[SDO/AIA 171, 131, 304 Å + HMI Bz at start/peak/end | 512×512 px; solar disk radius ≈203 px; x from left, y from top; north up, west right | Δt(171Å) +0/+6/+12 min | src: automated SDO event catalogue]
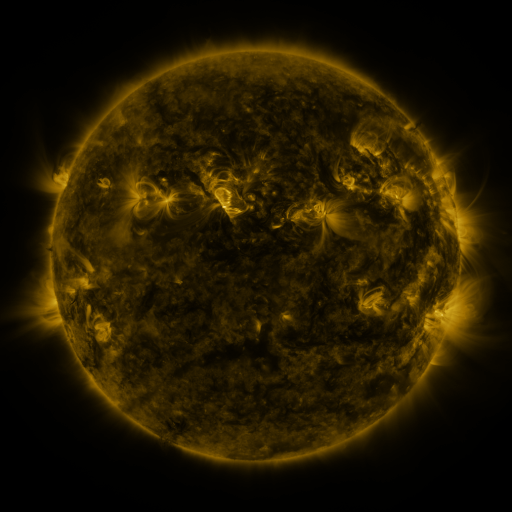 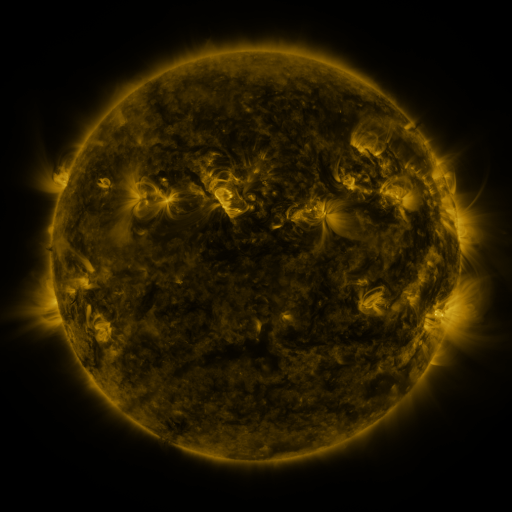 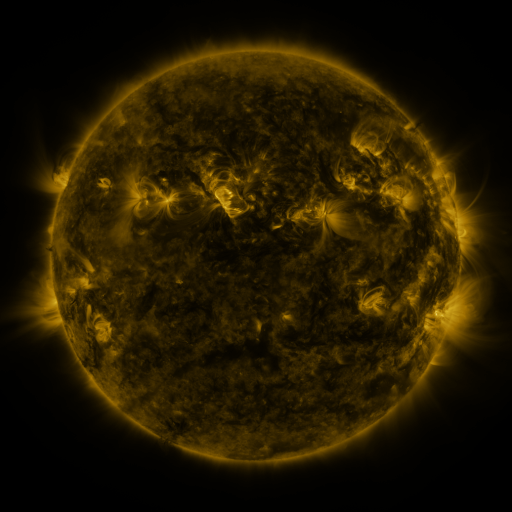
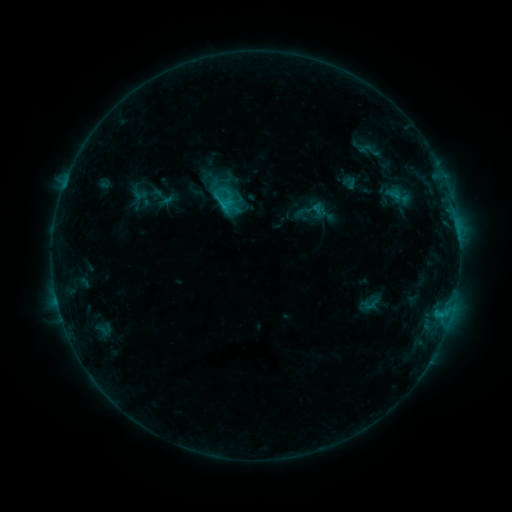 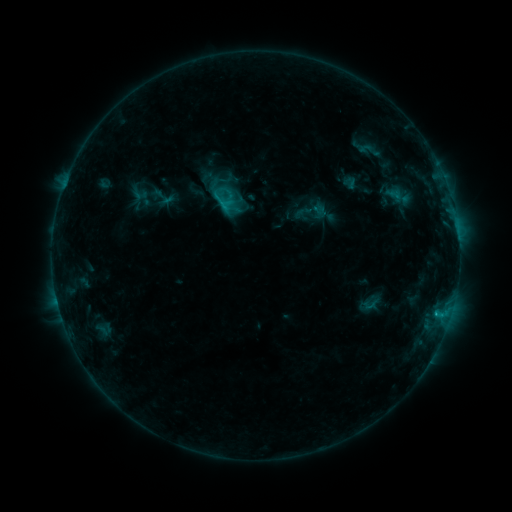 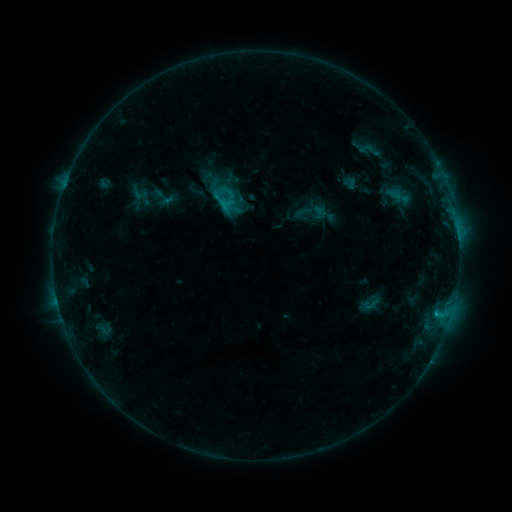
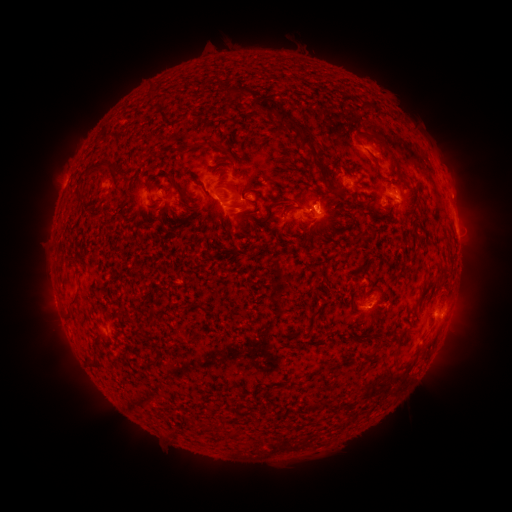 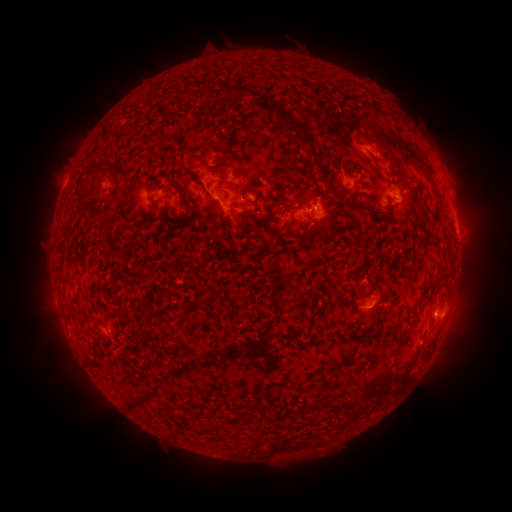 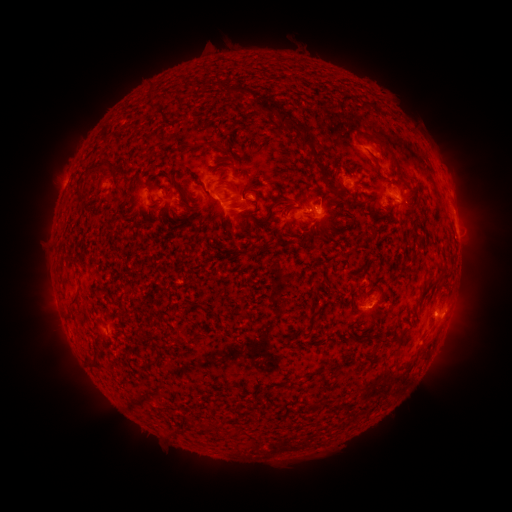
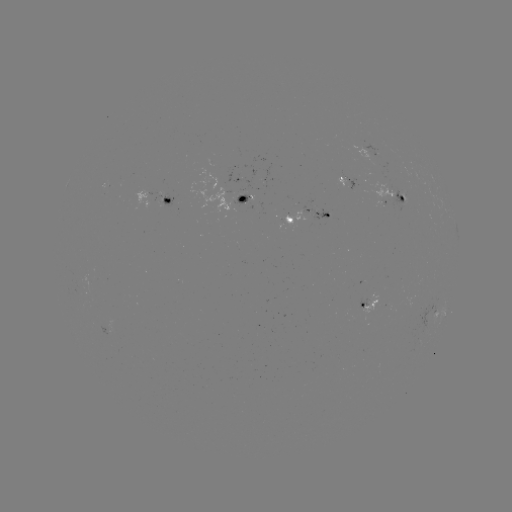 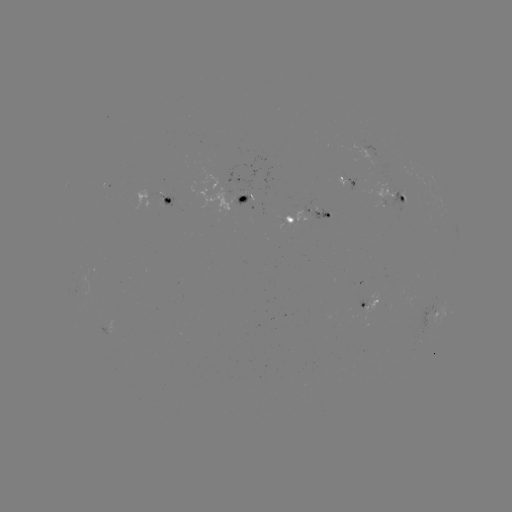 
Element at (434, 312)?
C2.2 flare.